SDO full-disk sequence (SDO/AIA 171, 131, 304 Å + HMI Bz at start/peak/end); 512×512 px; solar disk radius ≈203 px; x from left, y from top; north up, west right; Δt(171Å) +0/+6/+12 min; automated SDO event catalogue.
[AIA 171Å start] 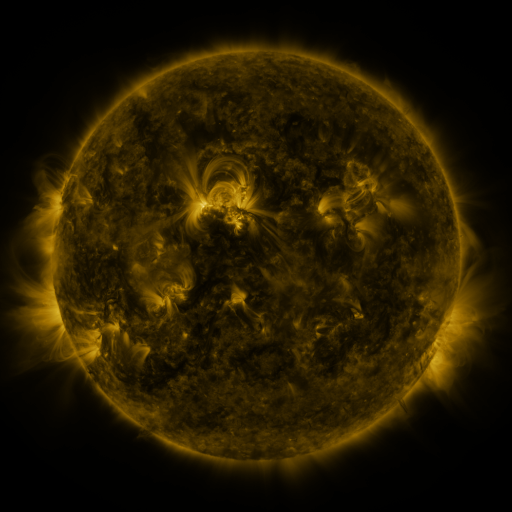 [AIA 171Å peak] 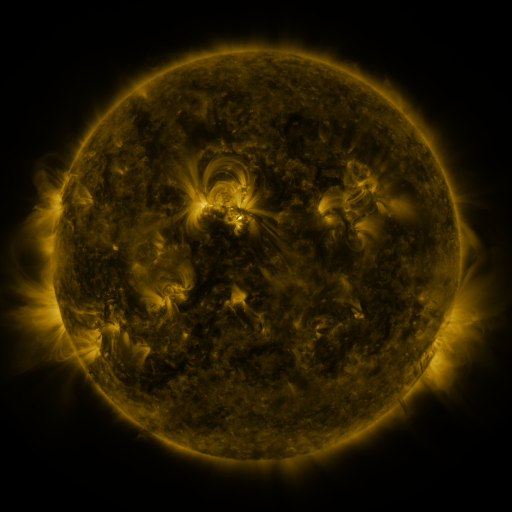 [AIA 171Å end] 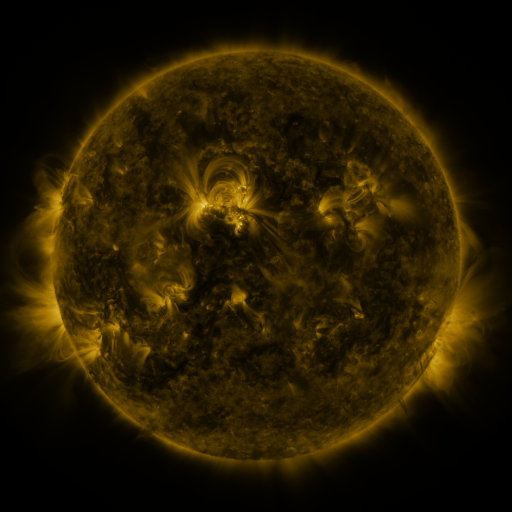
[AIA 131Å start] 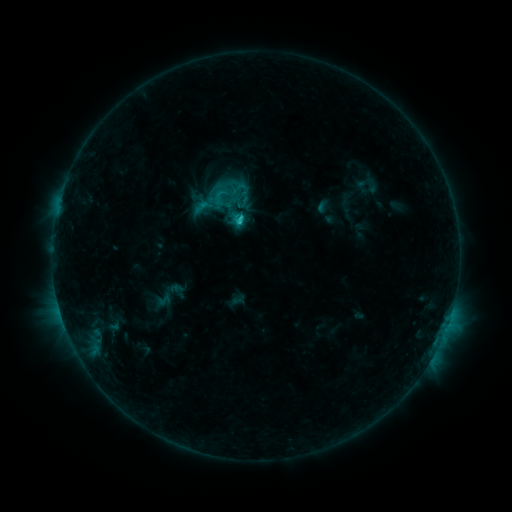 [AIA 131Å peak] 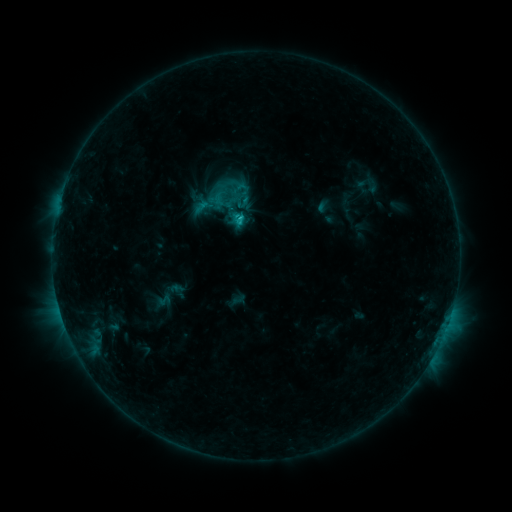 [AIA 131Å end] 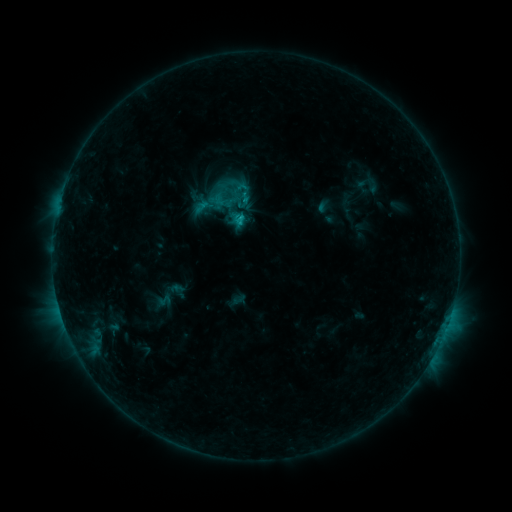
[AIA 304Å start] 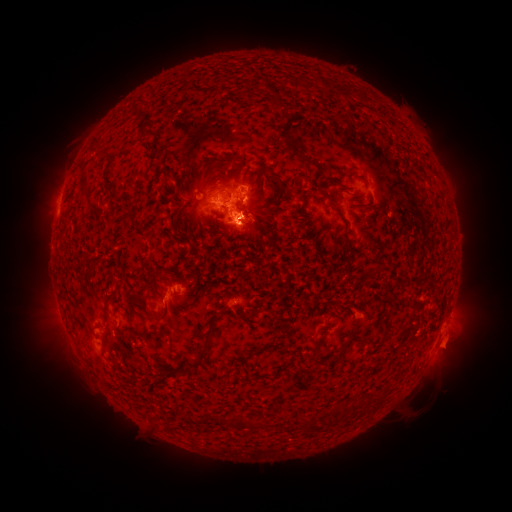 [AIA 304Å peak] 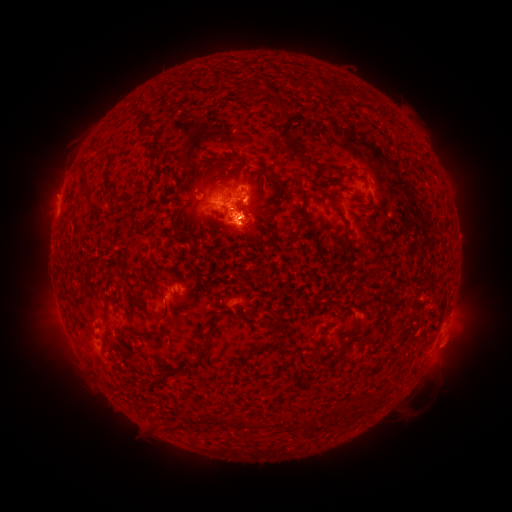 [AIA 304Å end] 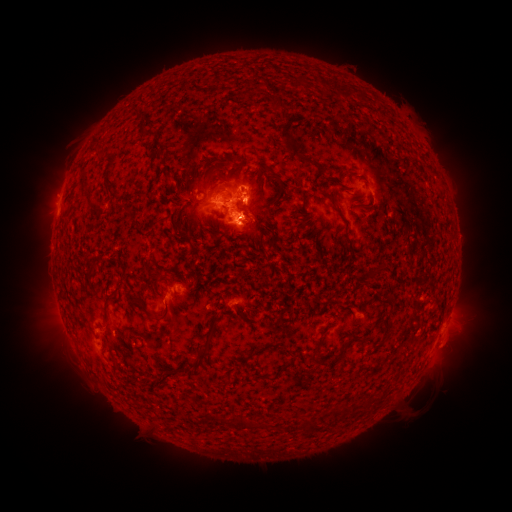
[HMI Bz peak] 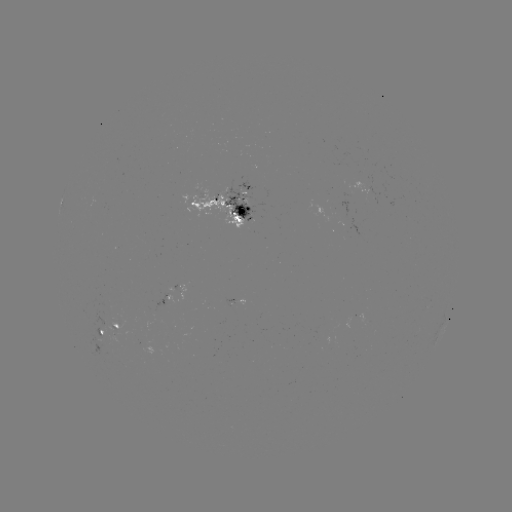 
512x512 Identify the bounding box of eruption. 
[29, 172, 77, 217].